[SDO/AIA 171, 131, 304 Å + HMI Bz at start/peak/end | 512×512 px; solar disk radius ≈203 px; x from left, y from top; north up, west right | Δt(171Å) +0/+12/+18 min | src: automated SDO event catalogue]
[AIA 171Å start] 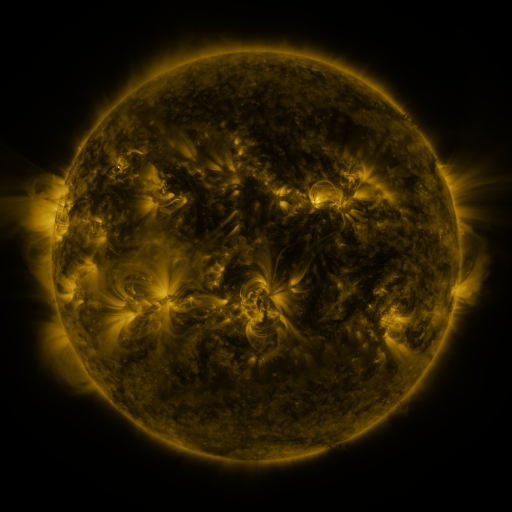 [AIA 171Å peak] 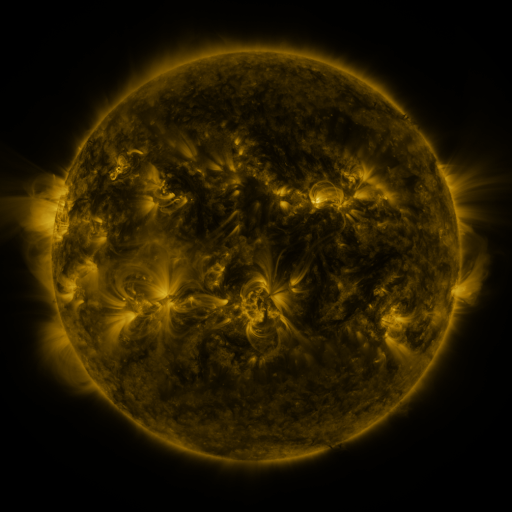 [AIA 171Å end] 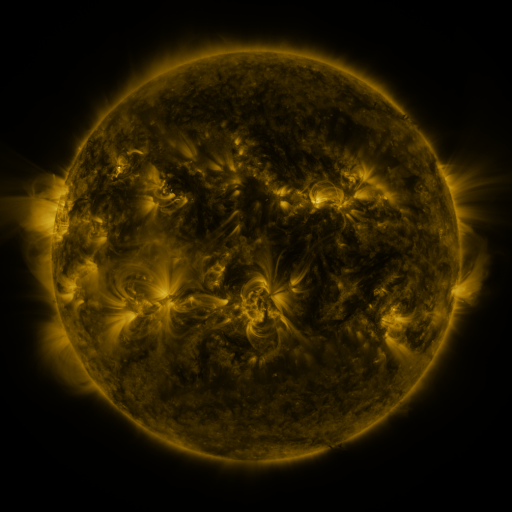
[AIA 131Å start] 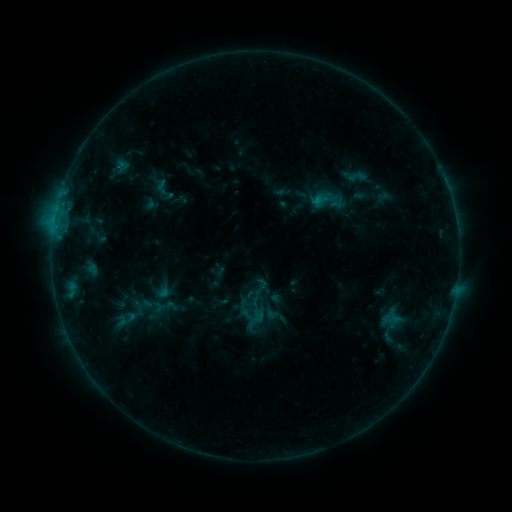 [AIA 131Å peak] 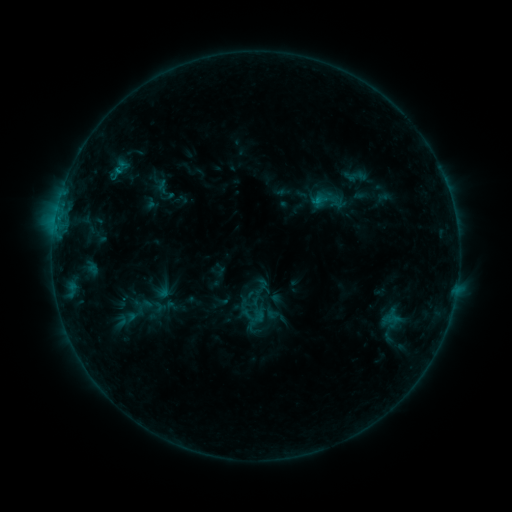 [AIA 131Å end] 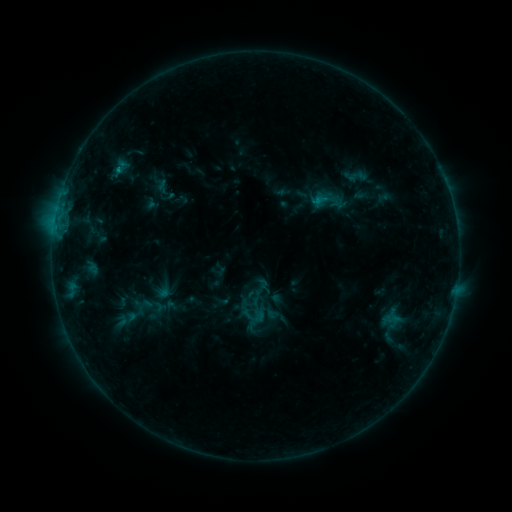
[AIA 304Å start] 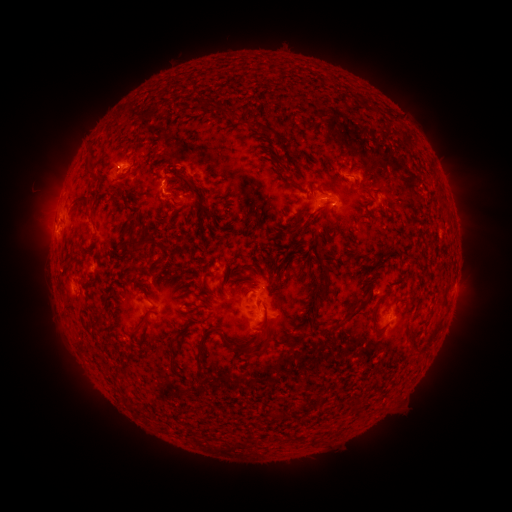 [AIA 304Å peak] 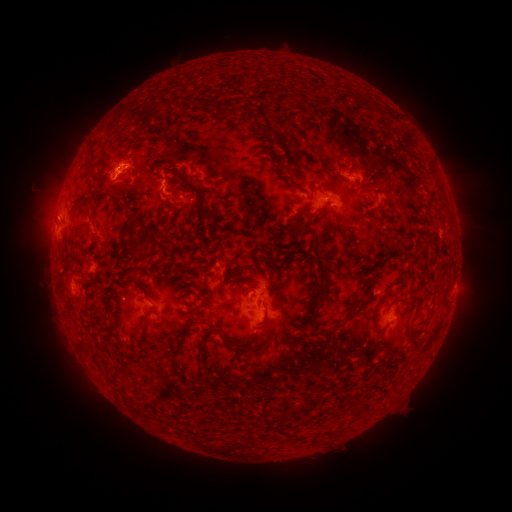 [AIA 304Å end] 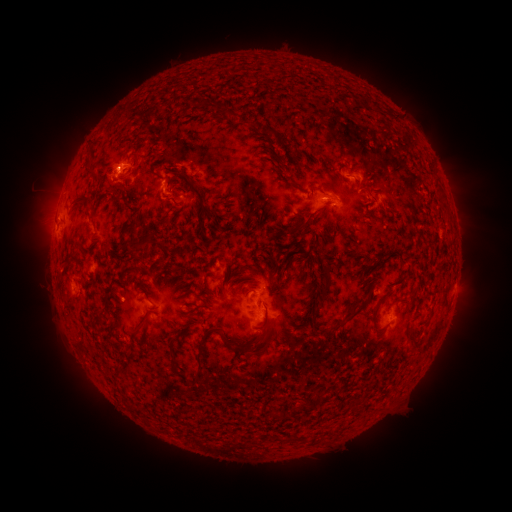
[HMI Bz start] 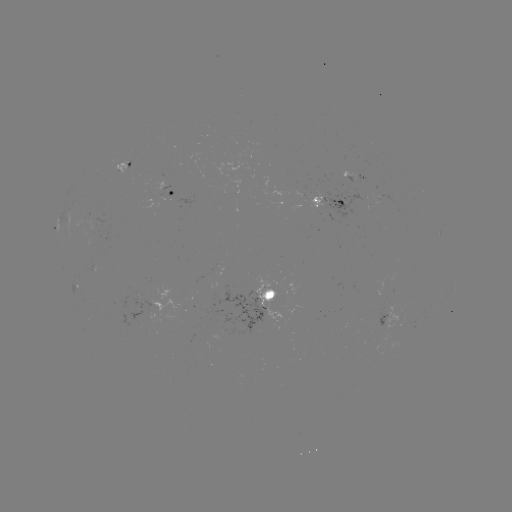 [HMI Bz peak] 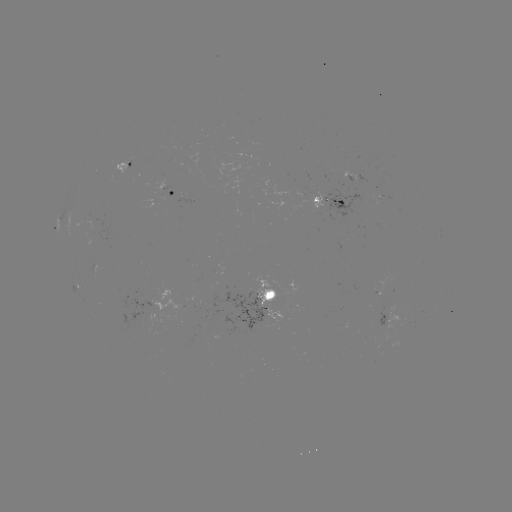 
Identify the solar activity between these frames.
B7.6 flare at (118, 172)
